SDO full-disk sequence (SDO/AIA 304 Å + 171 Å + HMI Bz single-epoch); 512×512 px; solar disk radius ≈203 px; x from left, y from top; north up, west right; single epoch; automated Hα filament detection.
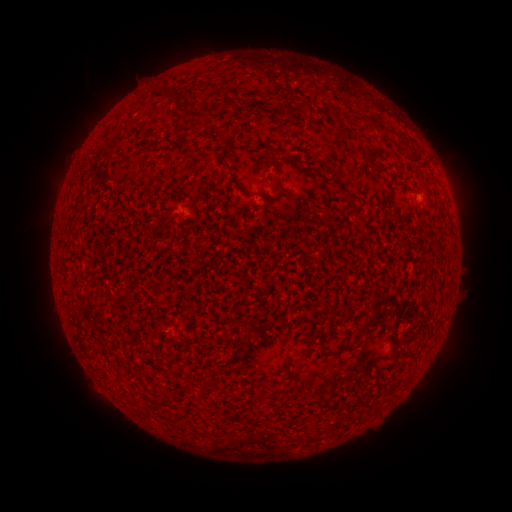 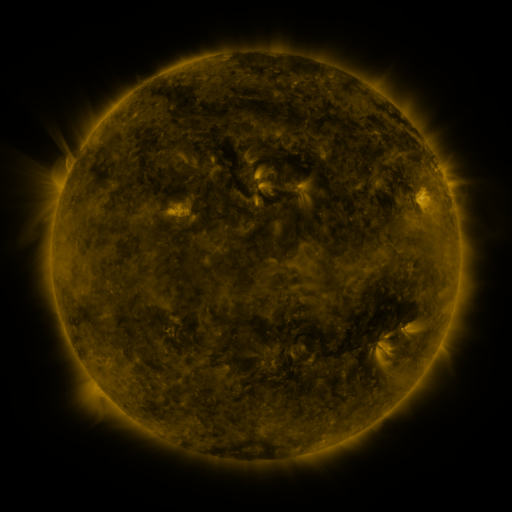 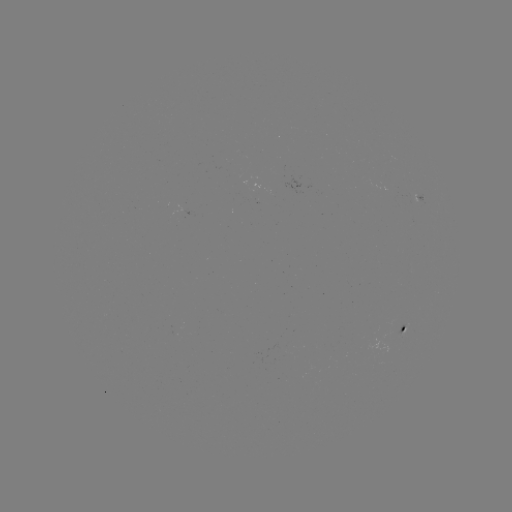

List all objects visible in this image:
filament: <bbox>356, 113, 367, 126</bbox>
filament: <bbox>387, 129, 397, 137</bbox>
filament: <bbox>267, 143, 285, 156</bbox>
filament: <bbox>220, 152, 235, 177</bbox>
filament: <bbox>329, 177, 355, 203</bbox>
filament: <bbox>356, 323, 366, 337</bbox>
filament: <bbox>389, 326, 405, 349</bbox>
filament: <bbox>279, 355, 289, 373</bbox>
